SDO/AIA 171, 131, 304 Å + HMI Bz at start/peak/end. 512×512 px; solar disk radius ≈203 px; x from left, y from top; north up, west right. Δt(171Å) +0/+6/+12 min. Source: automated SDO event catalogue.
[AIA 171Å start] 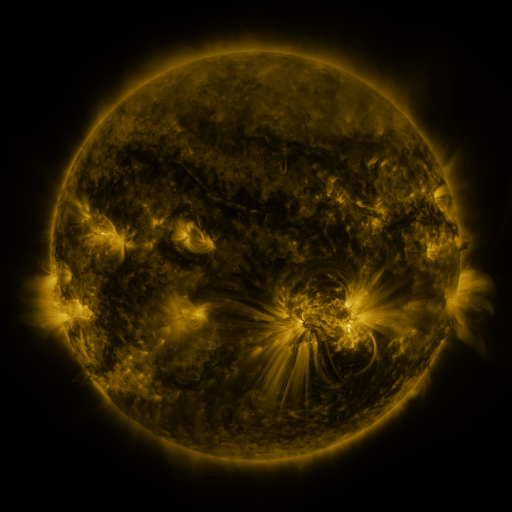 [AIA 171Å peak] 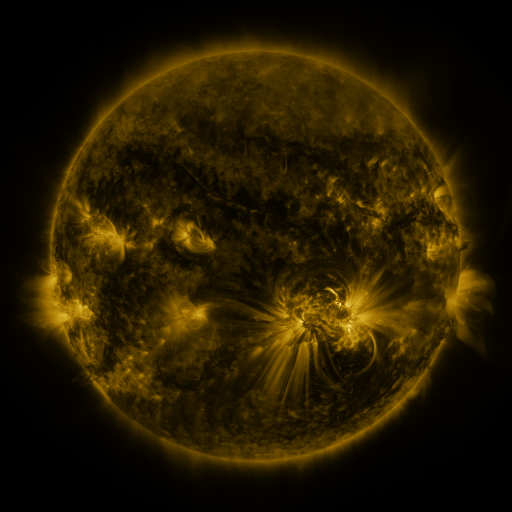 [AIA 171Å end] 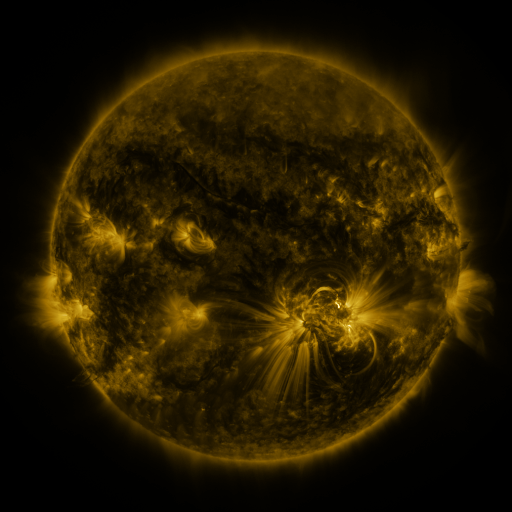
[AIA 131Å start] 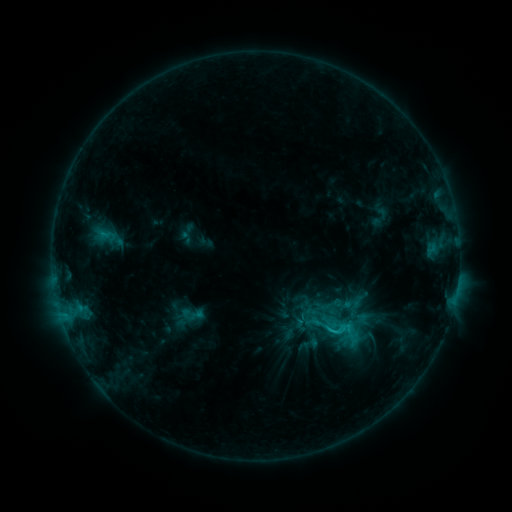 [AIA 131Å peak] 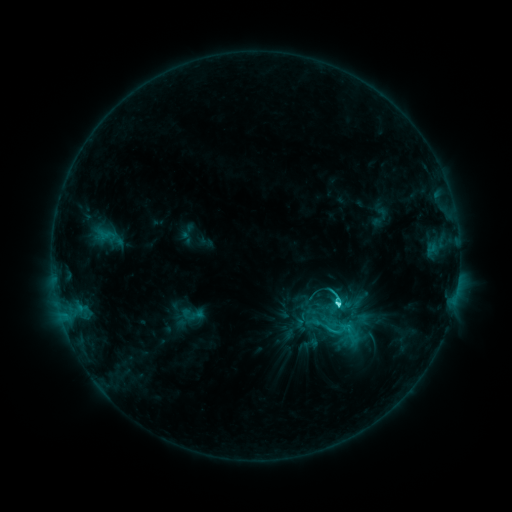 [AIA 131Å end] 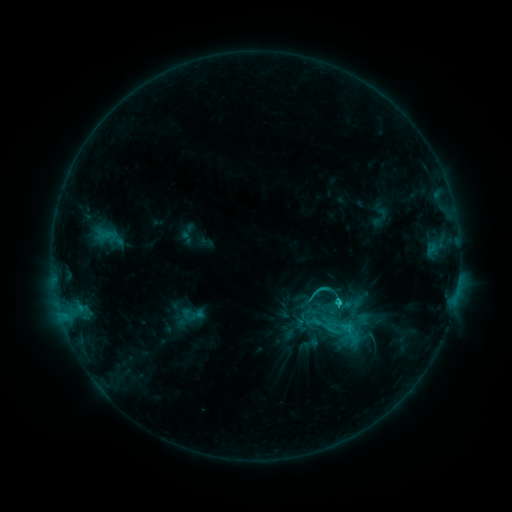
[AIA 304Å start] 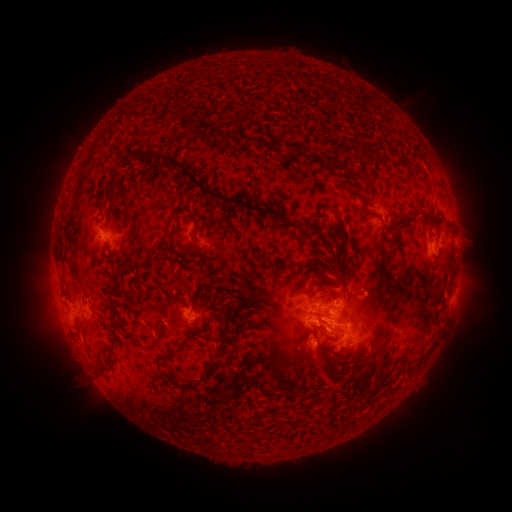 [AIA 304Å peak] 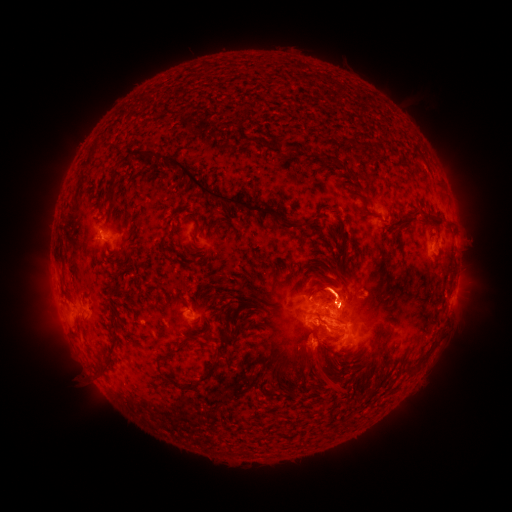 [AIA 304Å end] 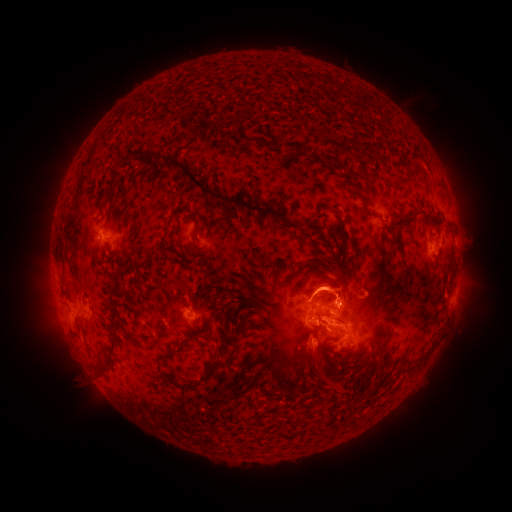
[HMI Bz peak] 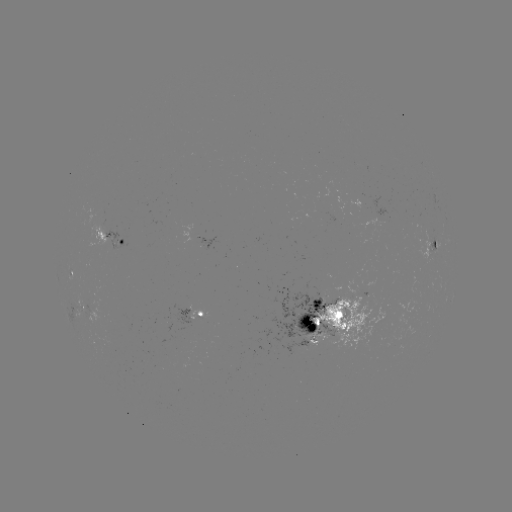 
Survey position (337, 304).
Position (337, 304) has C4.4 flare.